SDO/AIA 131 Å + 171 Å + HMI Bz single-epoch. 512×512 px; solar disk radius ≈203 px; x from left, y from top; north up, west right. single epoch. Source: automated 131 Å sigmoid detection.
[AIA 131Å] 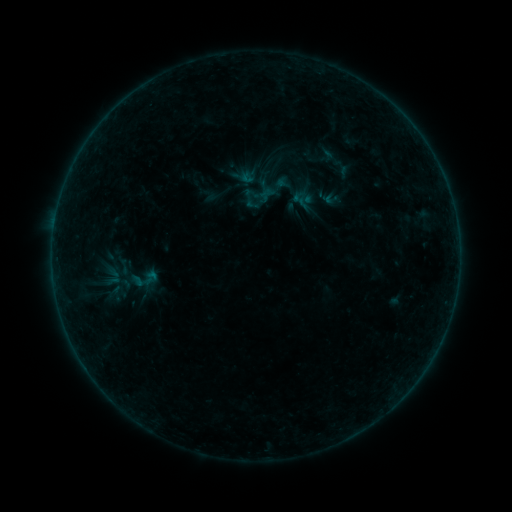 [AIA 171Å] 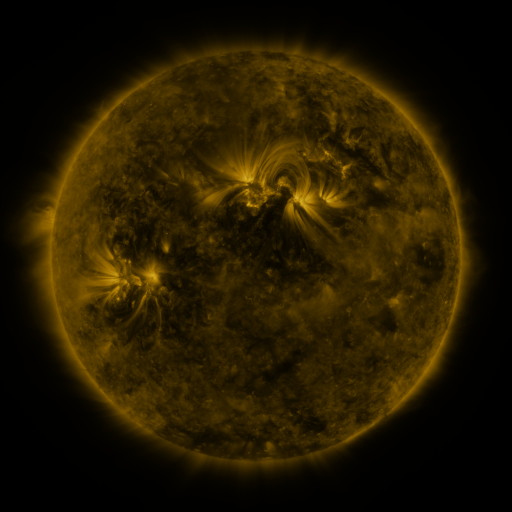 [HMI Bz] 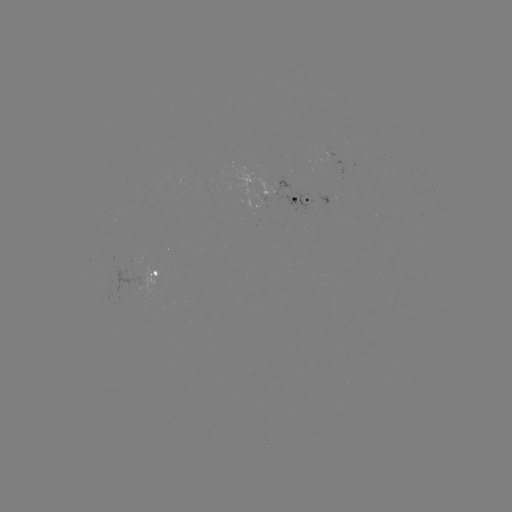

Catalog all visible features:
sigmoid: (128, 270, 154, 291)
